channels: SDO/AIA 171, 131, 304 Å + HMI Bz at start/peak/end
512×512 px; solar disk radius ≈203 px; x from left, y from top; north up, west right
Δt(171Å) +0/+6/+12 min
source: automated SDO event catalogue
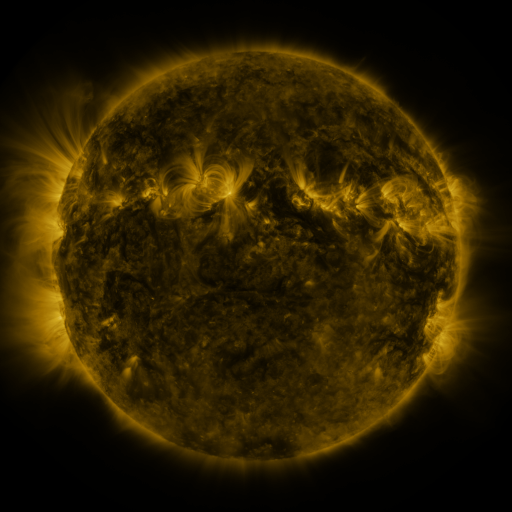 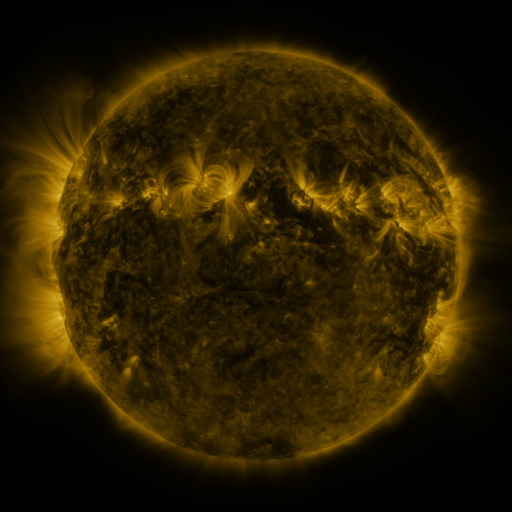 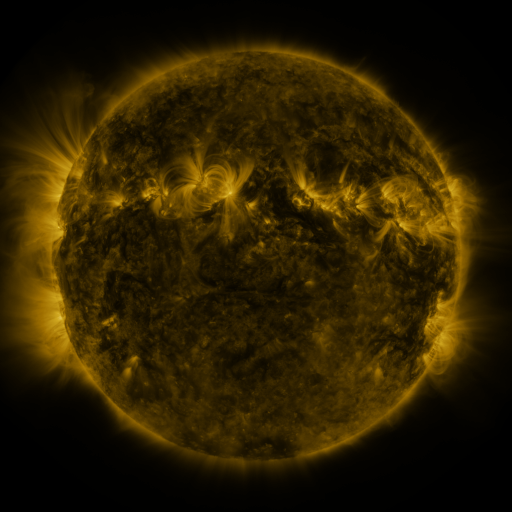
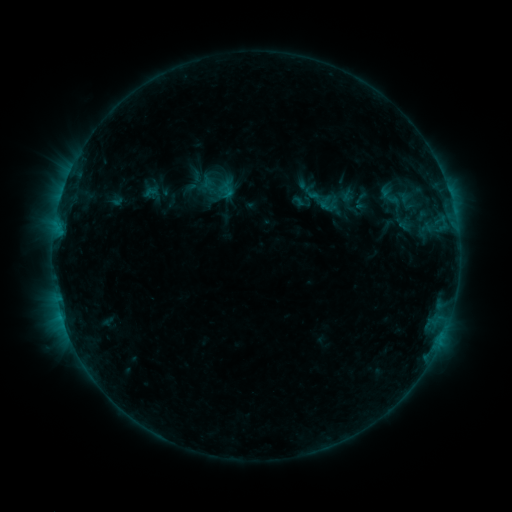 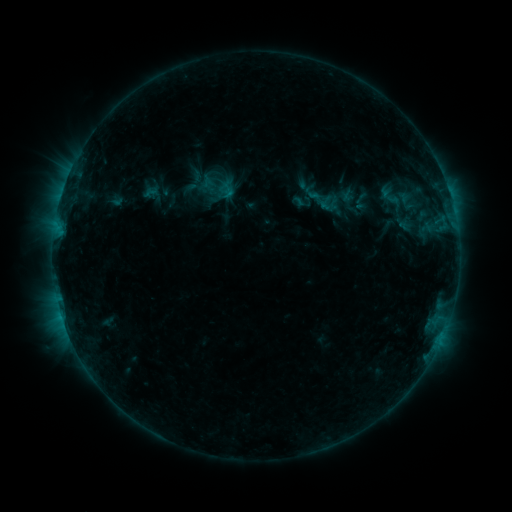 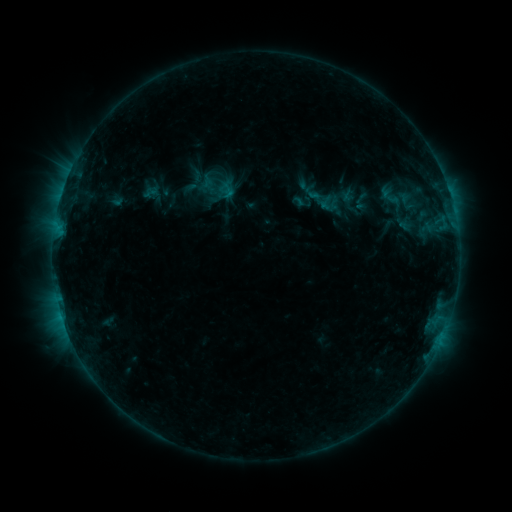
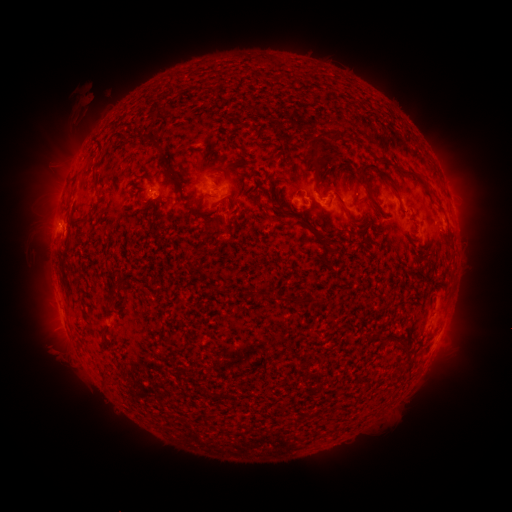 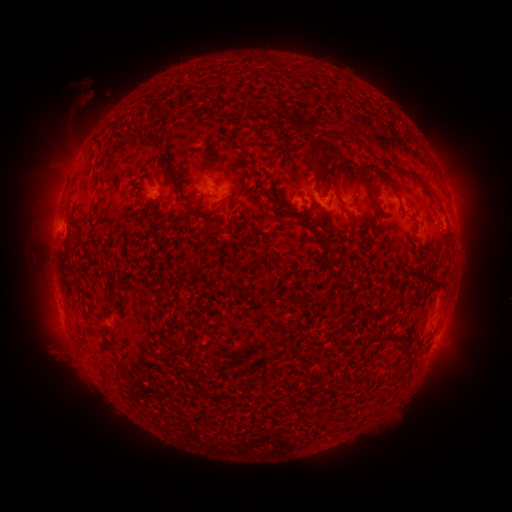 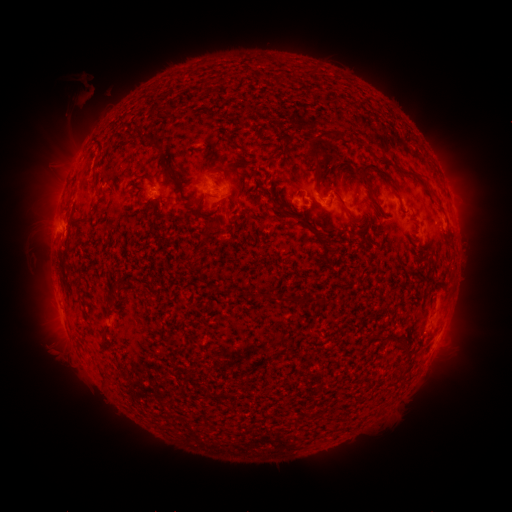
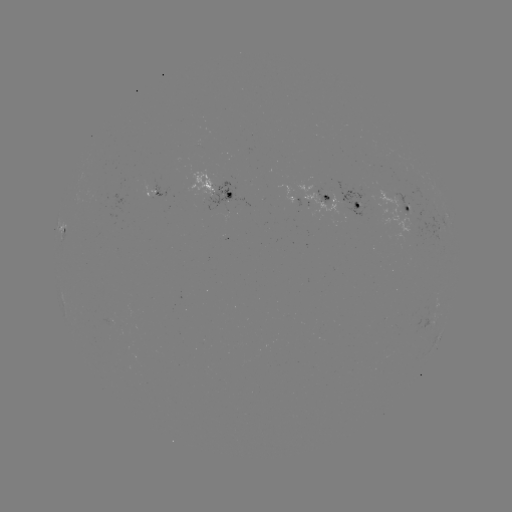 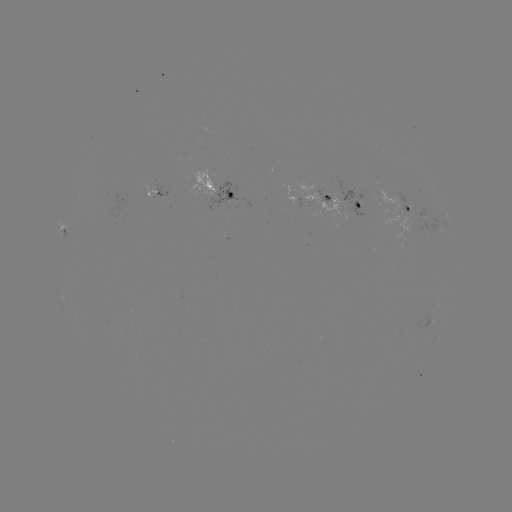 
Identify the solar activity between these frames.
eruption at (82, 105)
